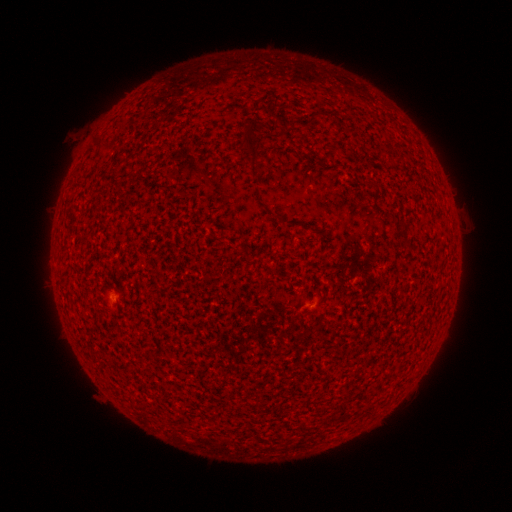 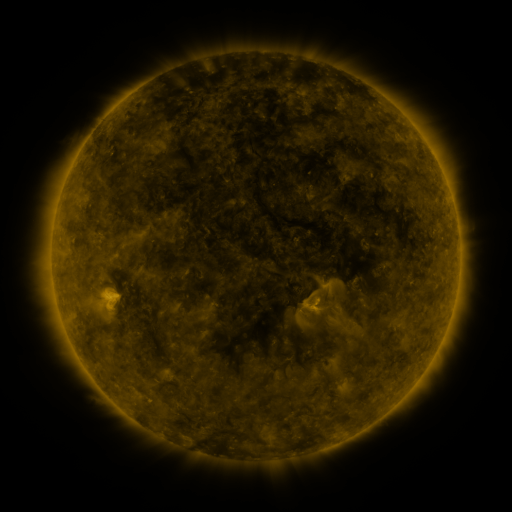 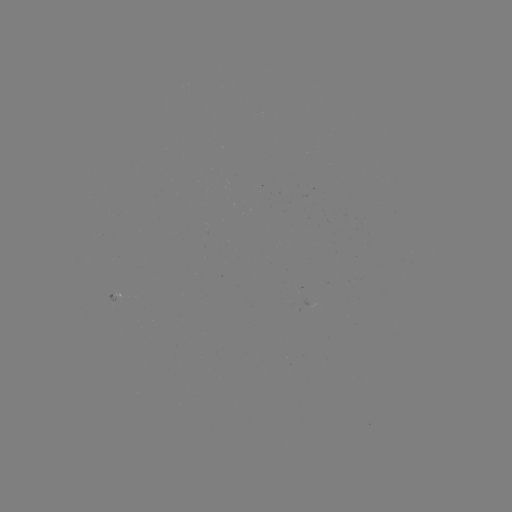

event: spotted active region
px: (117, 294)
